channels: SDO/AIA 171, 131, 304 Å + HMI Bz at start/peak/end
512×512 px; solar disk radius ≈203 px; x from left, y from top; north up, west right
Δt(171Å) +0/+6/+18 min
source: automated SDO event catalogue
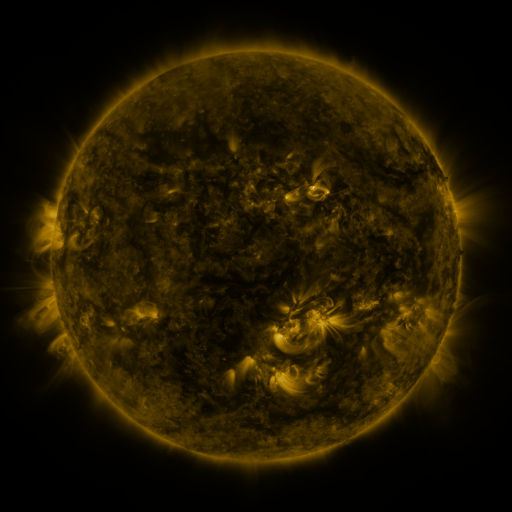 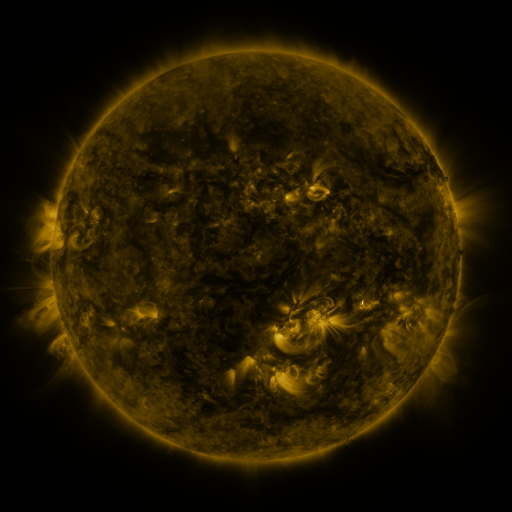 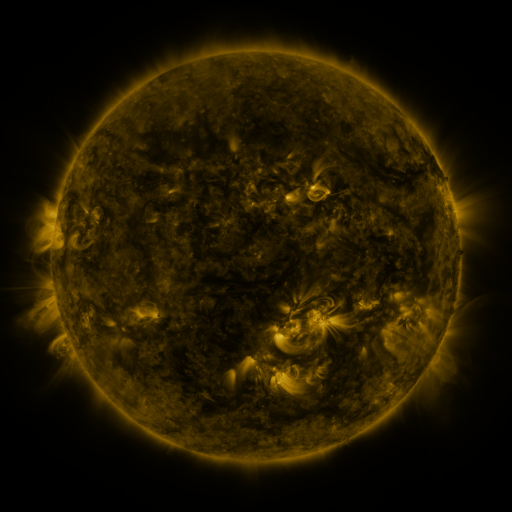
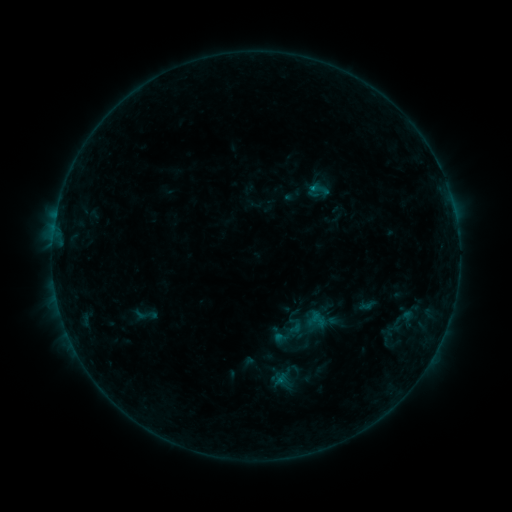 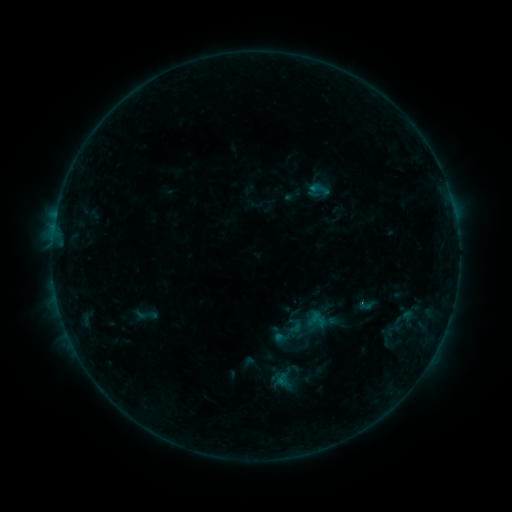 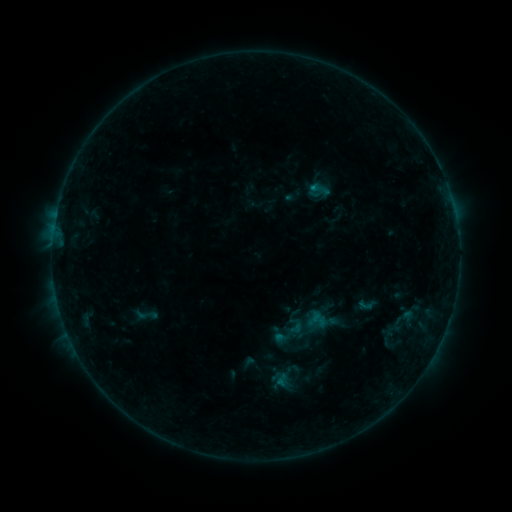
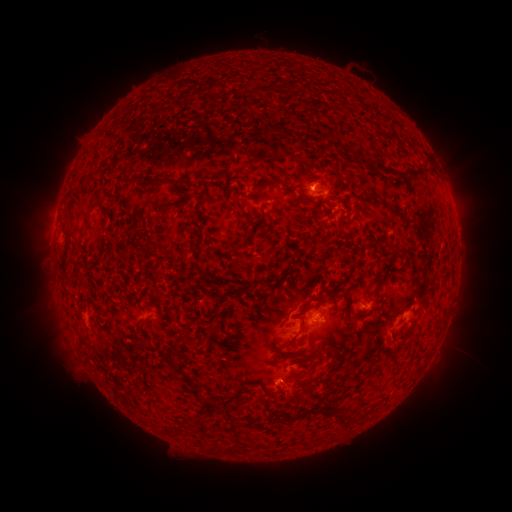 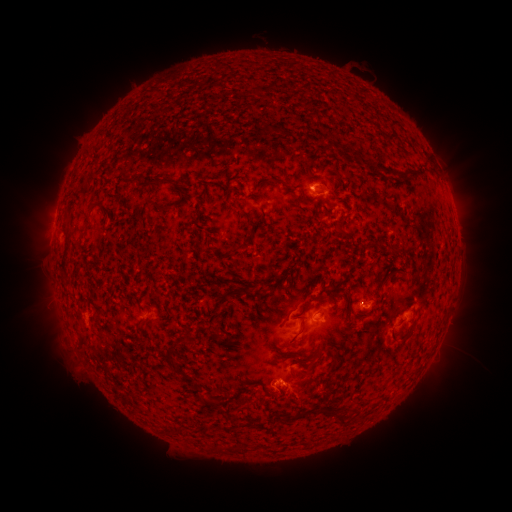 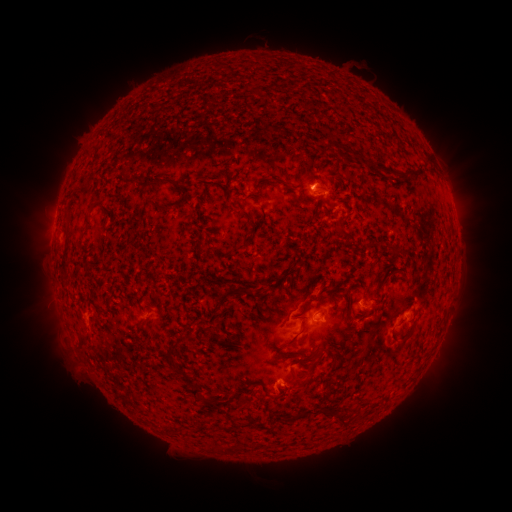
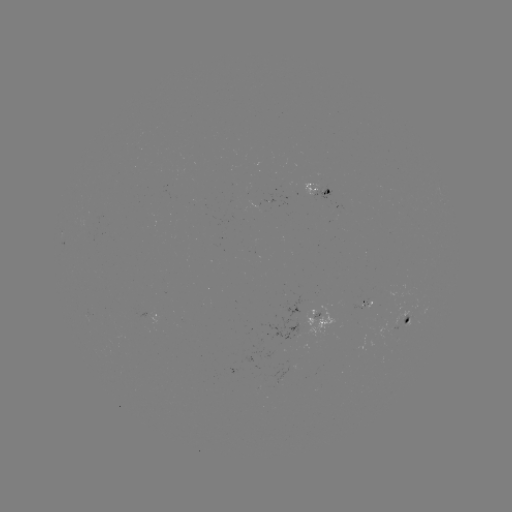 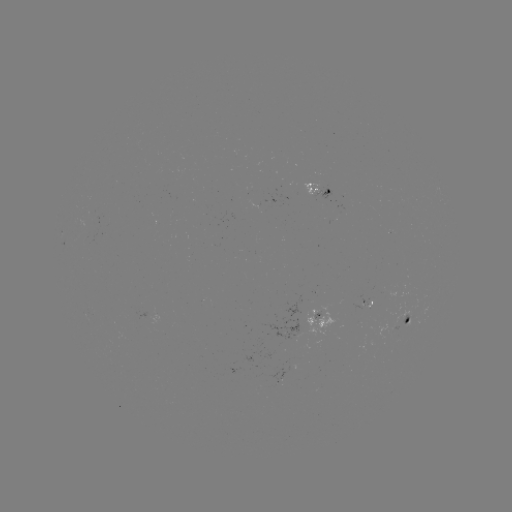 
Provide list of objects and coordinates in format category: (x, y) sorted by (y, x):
eruption: (304, 405)
